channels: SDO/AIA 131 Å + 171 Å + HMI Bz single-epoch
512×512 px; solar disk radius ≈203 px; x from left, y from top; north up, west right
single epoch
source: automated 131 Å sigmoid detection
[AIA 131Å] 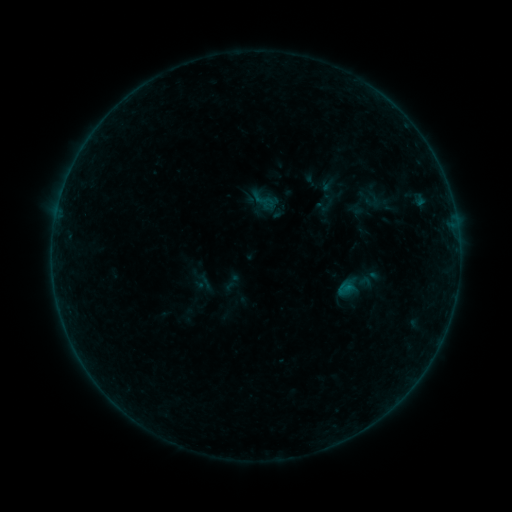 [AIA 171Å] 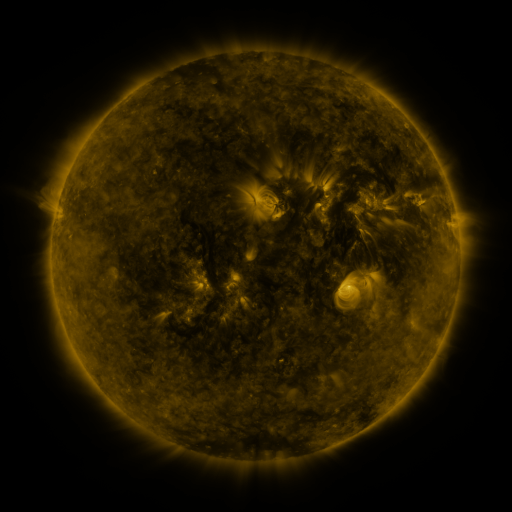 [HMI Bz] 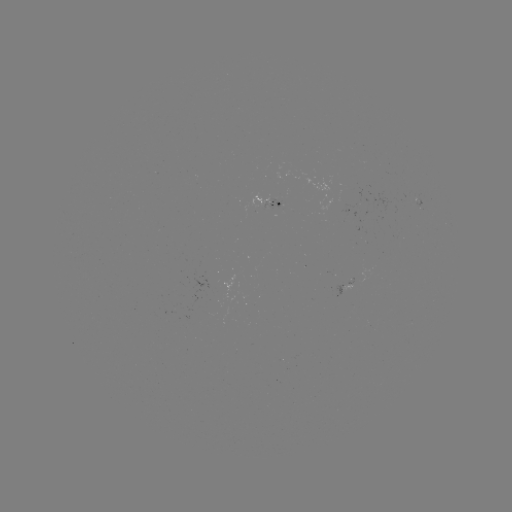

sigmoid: [252, 188, 275, 210]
